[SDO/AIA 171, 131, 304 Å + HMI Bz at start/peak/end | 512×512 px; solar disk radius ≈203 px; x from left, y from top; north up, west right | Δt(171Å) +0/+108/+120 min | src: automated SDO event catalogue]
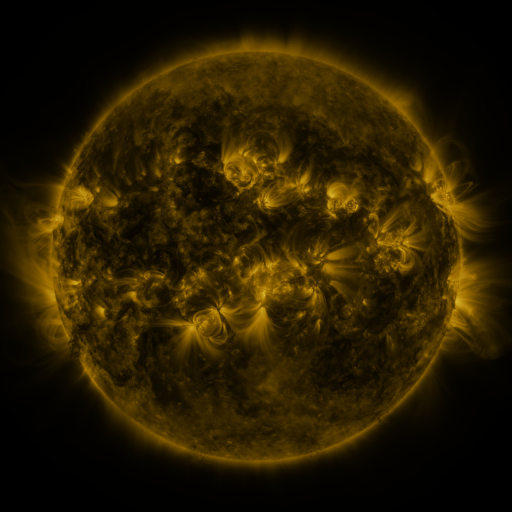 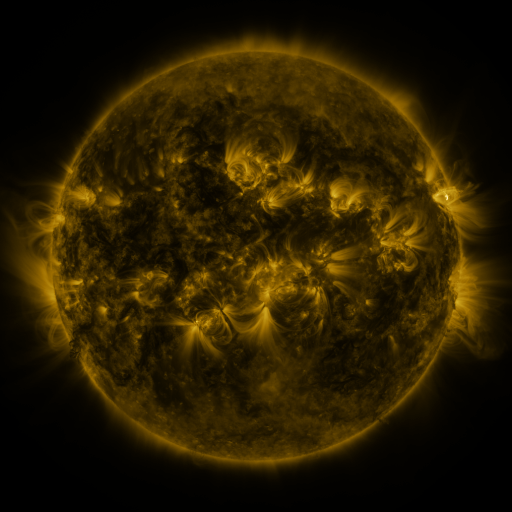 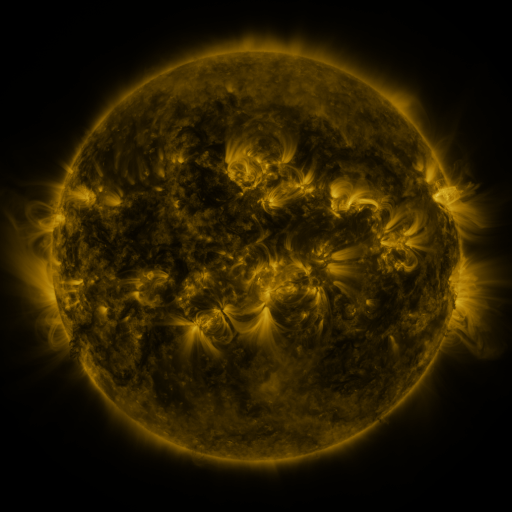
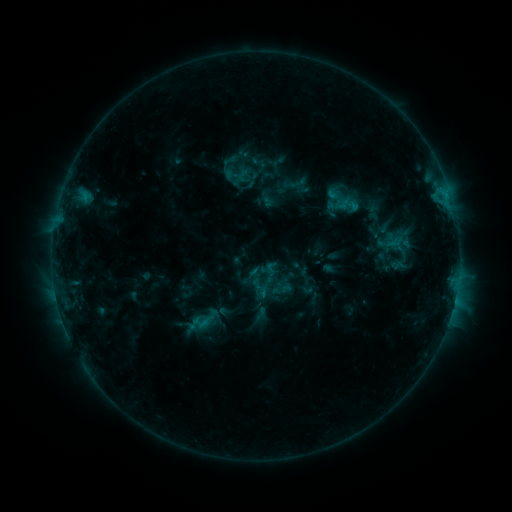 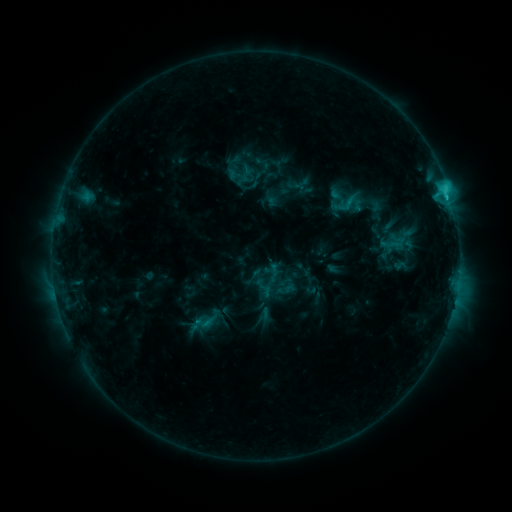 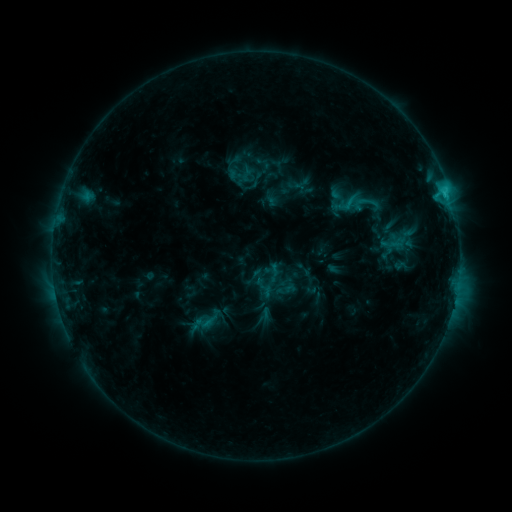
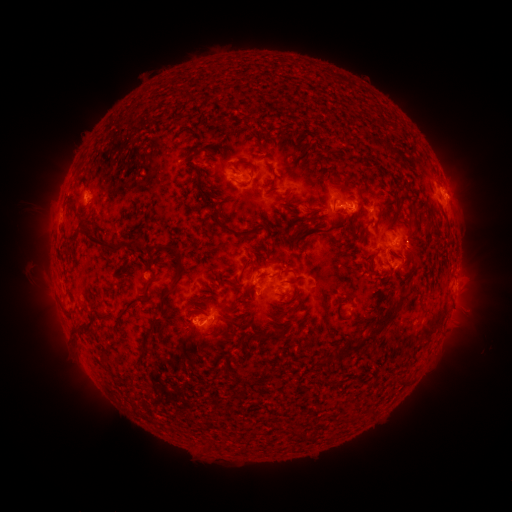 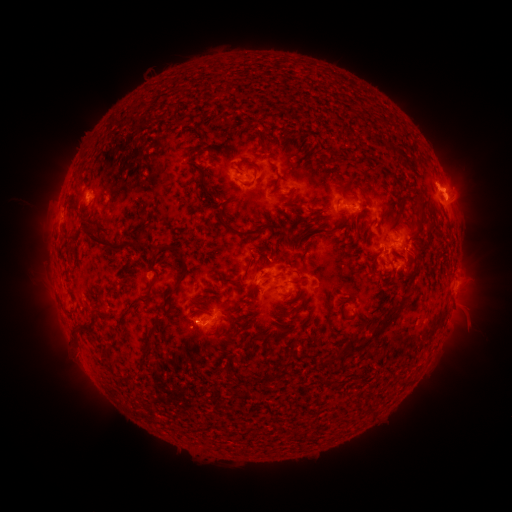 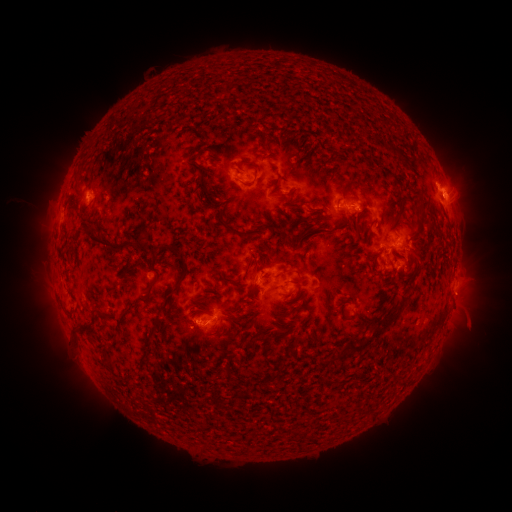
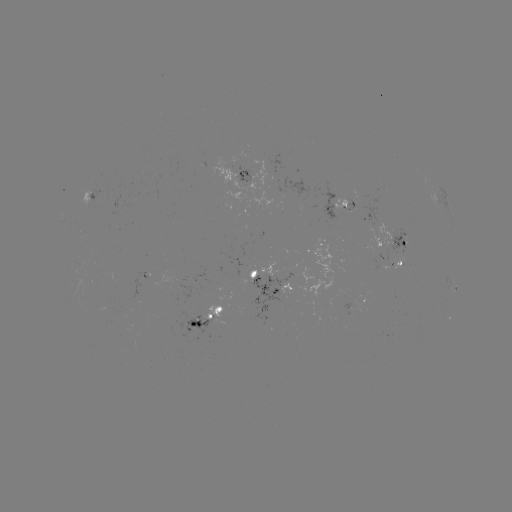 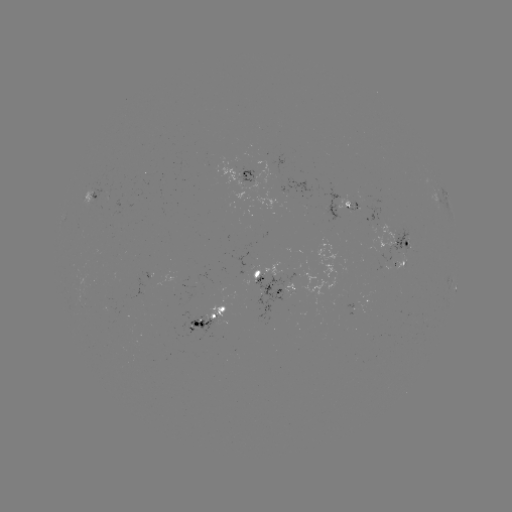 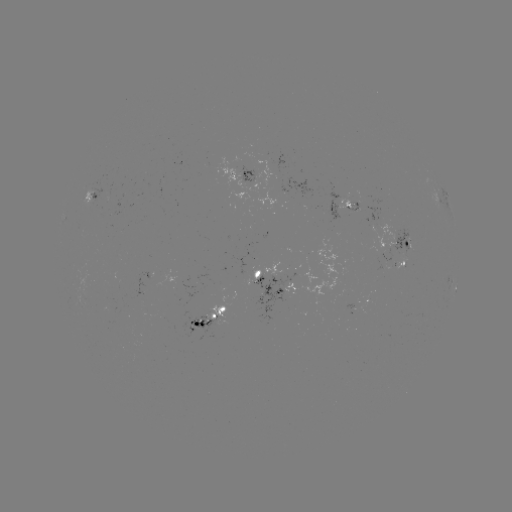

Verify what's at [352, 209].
emerging-flux region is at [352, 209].